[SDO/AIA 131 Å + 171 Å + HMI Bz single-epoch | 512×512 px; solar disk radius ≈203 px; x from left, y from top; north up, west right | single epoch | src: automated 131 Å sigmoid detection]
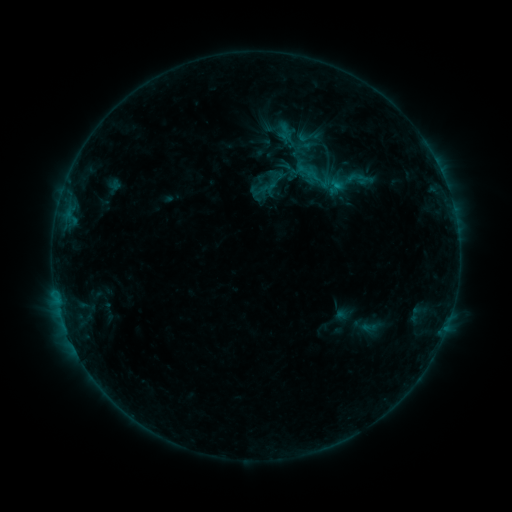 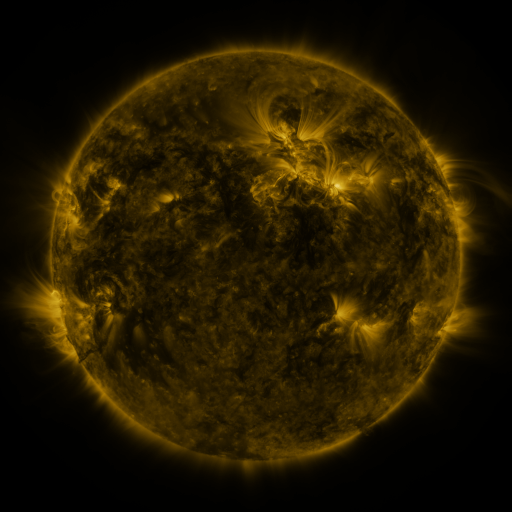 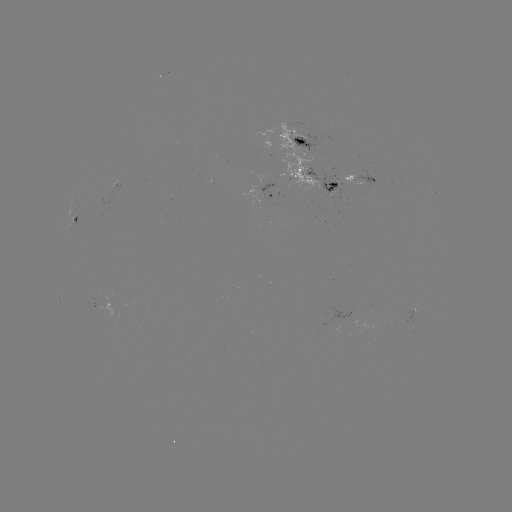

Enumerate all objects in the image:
sigmoid: <bbox>269, 113, 333, 165</bbox>
sigmoid: <bbox>303, 167, 323, 185</bbox>
